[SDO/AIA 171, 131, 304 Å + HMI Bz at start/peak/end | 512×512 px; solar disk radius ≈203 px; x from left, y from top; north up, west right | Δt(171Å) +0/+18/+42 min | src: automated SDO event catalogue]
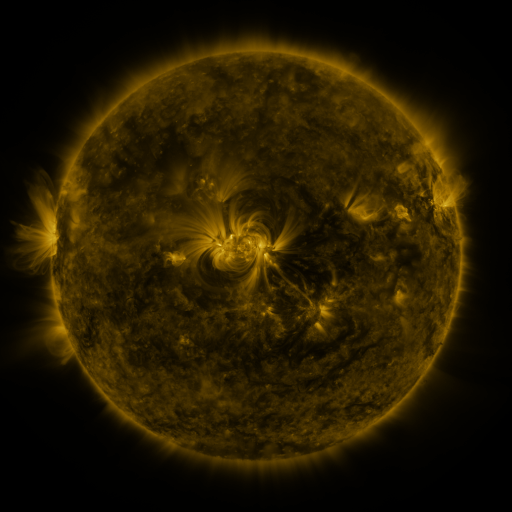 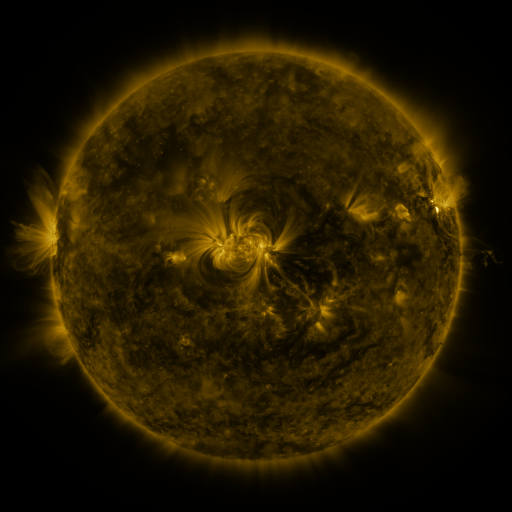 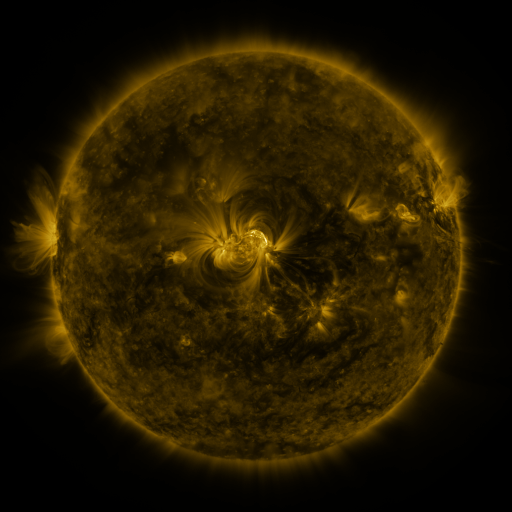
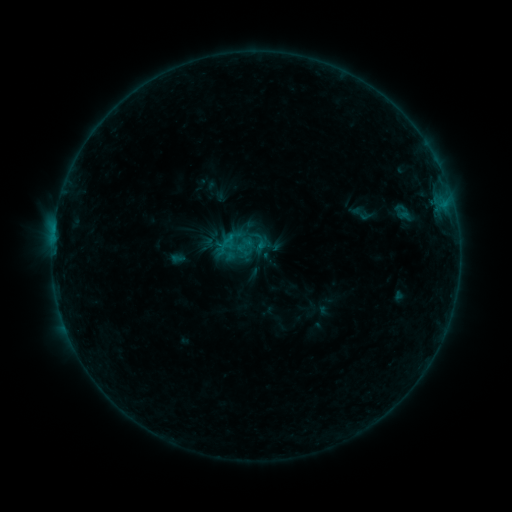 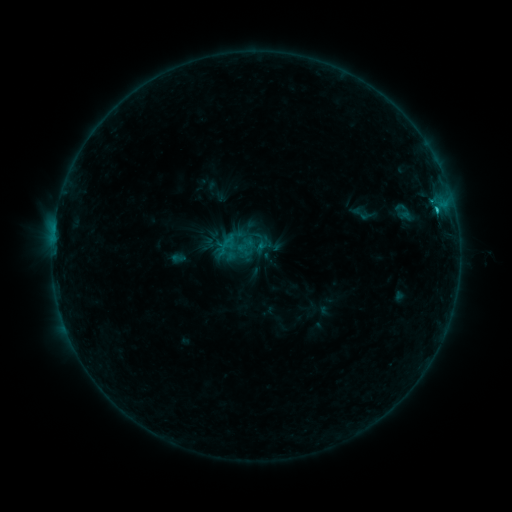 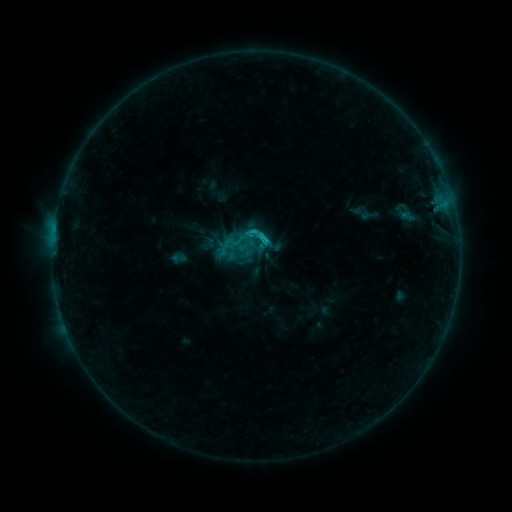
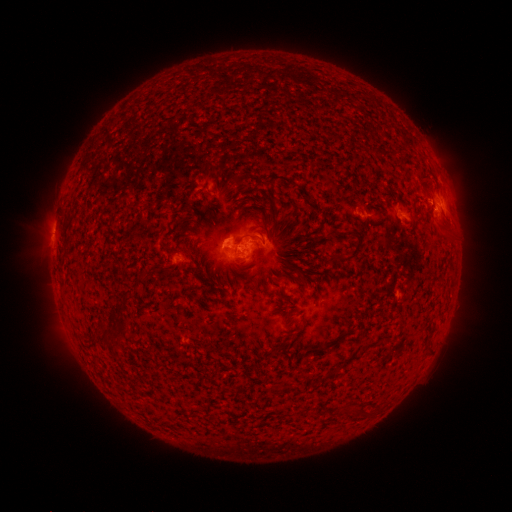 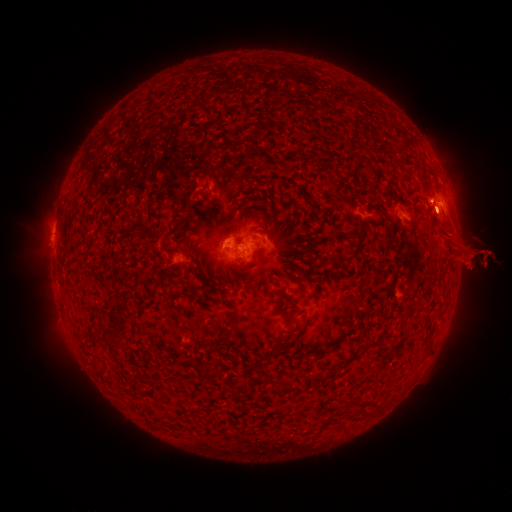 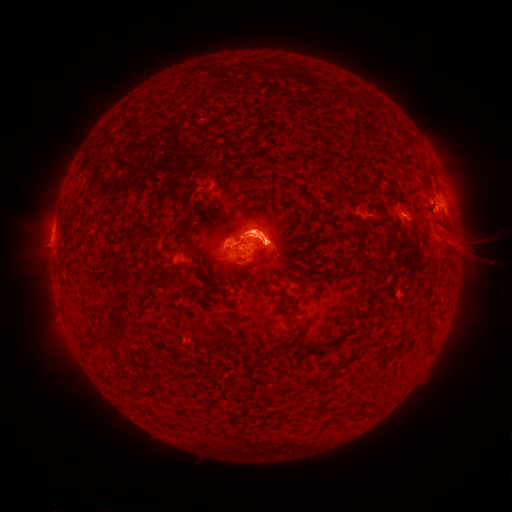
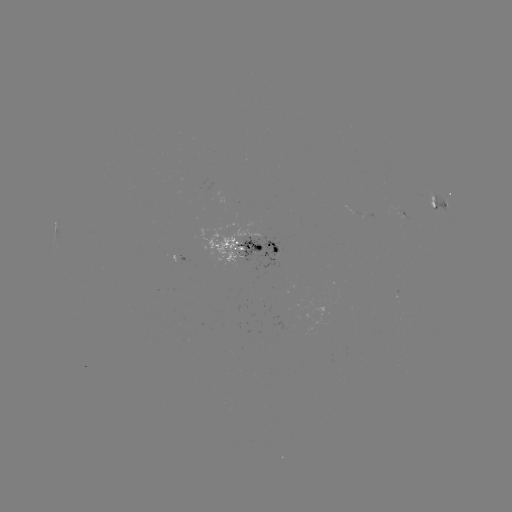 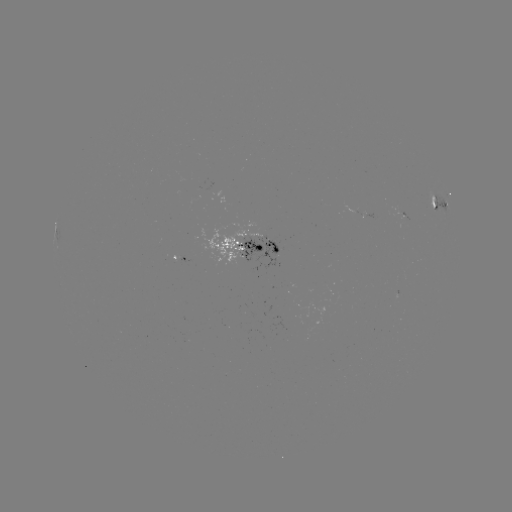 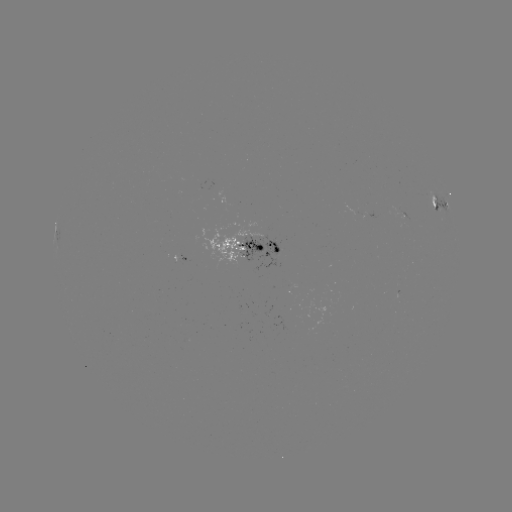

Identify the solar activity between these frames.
eruption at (463, 247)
